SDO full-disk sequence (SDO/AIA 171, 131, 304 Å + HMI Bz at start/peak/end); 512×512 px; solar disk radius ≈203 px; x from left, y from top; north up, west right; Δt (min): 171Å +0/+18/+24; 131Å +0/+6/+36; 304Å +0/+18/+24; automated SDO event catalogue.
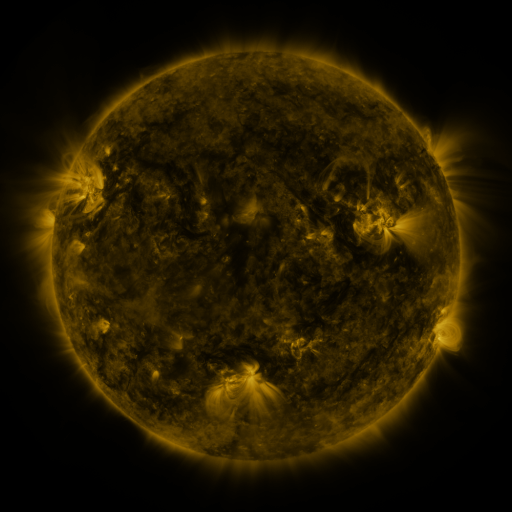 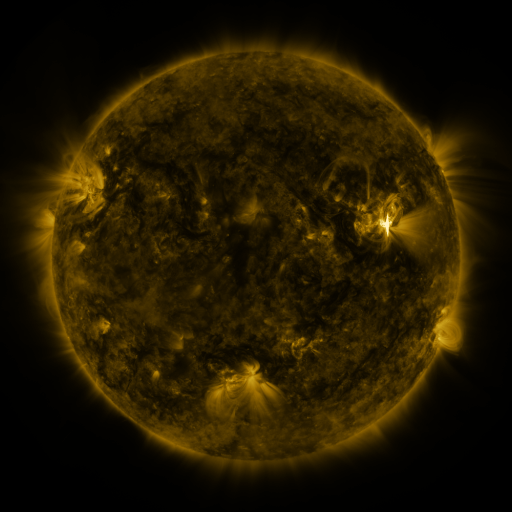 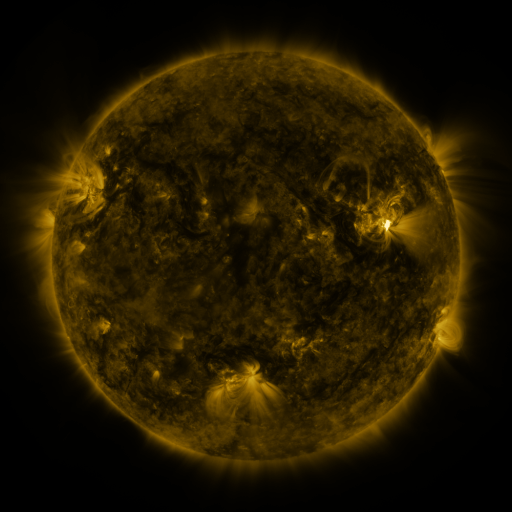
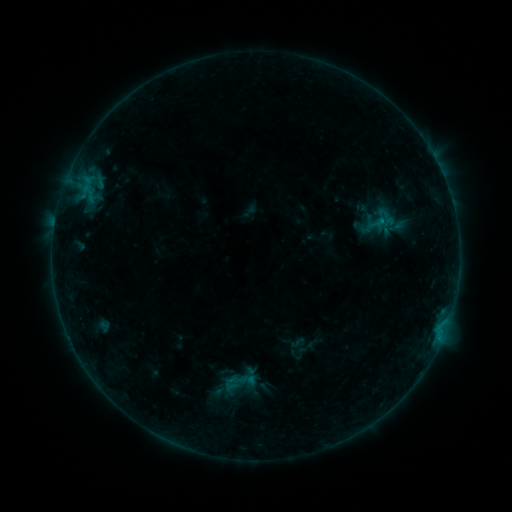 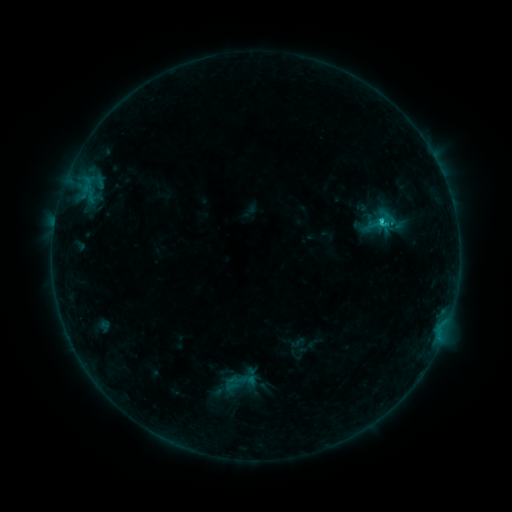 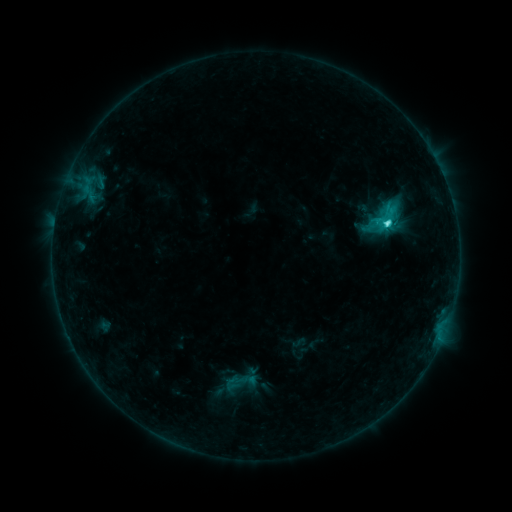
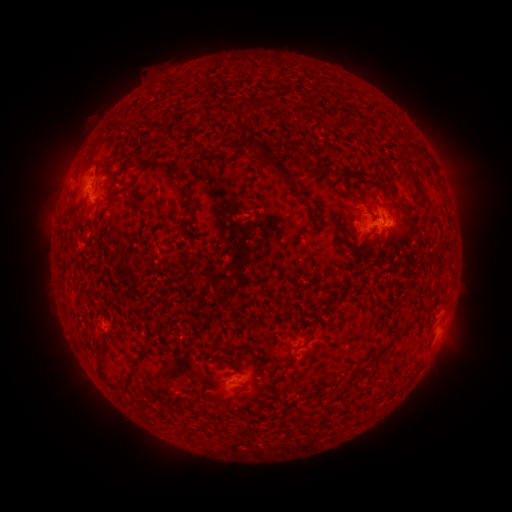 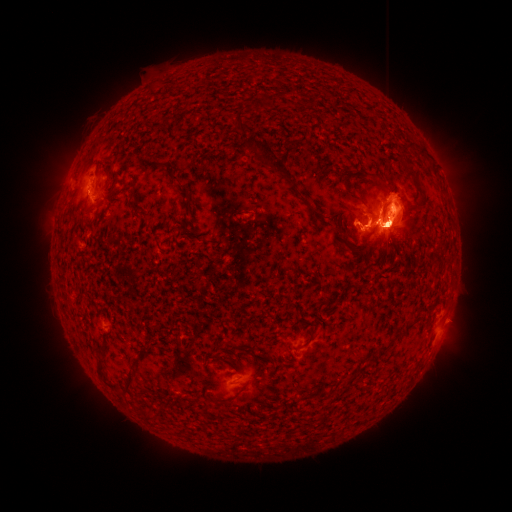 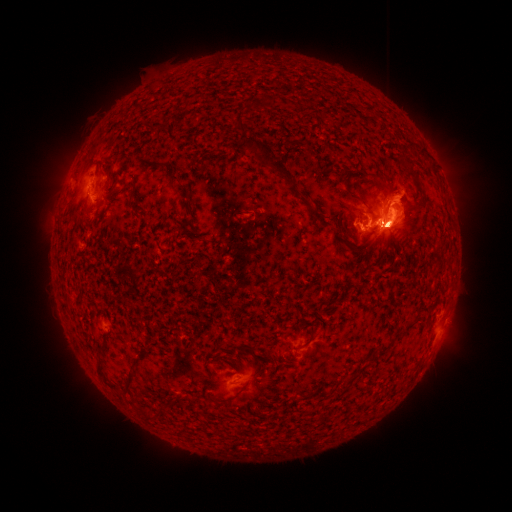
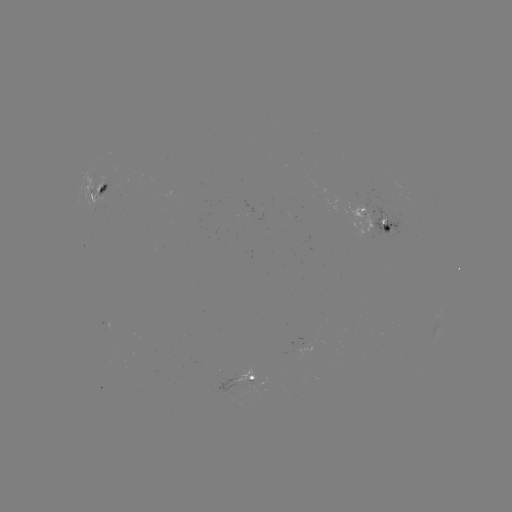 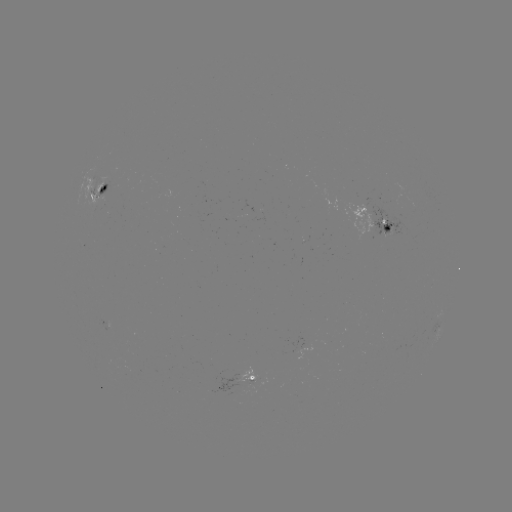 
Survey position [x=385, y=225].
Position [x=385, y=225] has M6.7 flare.